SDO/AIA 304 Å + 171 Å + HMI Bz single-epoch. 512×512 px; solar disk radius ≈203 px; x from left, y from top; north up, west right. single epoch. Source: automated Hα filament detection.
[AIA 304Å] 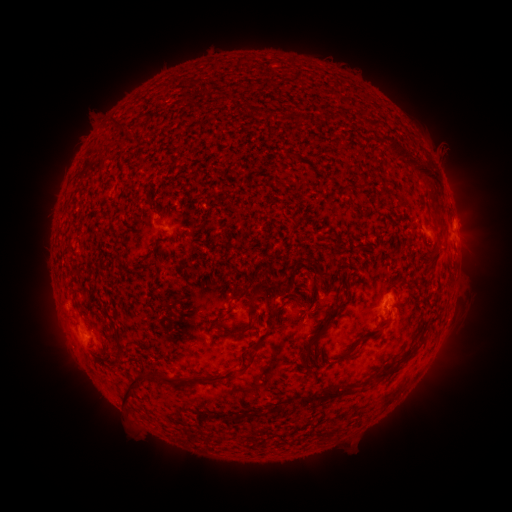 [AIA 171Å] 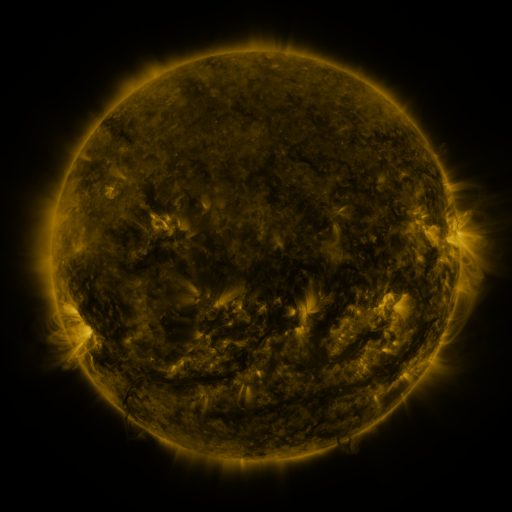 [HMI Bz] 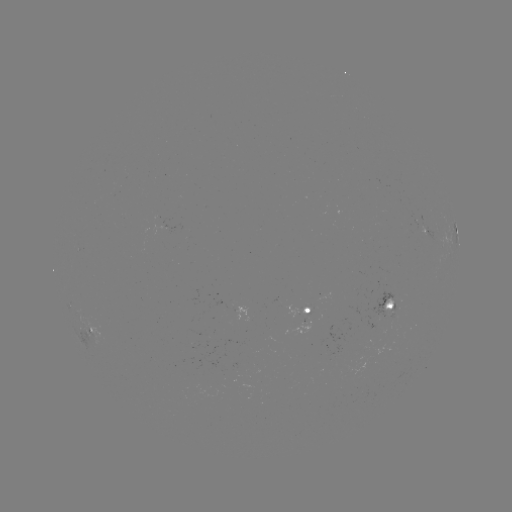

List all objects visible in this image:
filament: (399, 154)
filament: (428, 174)
filament: (350, 187)
filament: (433, 263)
filament: (243, 294)
filament: (251, 303)
filament: (390, 307)
filament: (239, 329)
filament: (367, 337)
filament: (315, 338)
filament: (350, 356)
filament: (397, 364)
filament: (241, 371)
filament: (213, 381)
filament: (131, 384)
filament: (323, 397)
